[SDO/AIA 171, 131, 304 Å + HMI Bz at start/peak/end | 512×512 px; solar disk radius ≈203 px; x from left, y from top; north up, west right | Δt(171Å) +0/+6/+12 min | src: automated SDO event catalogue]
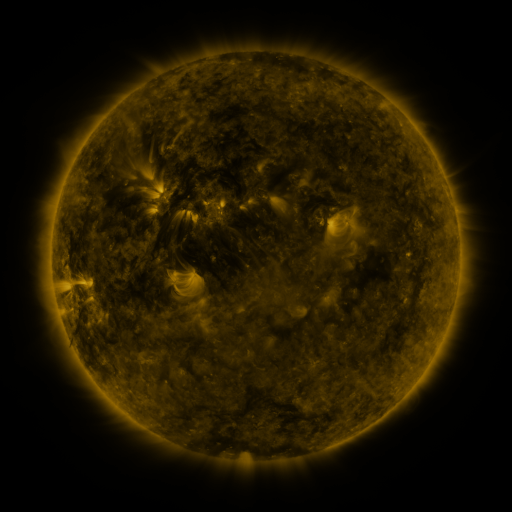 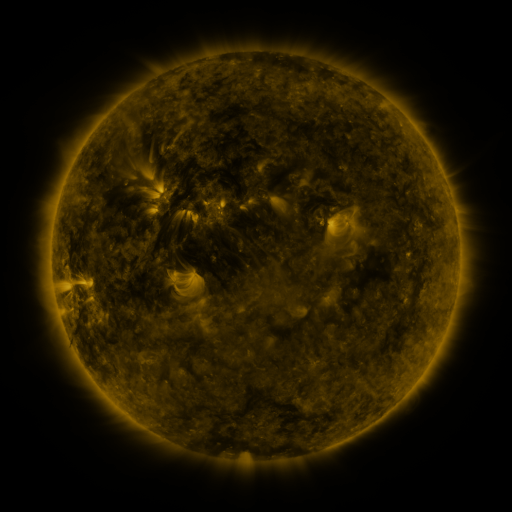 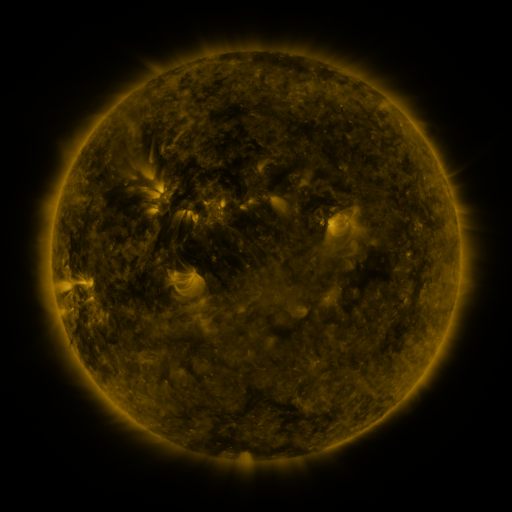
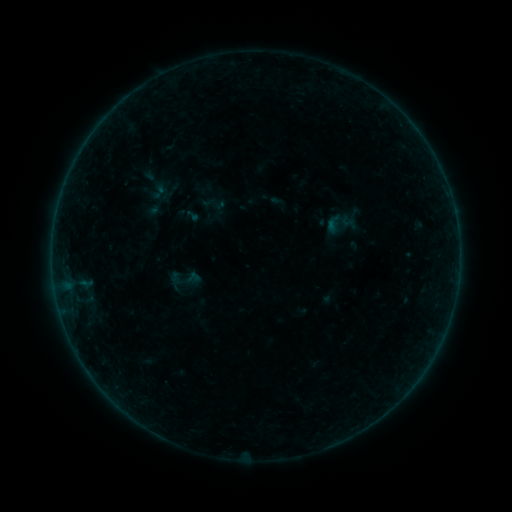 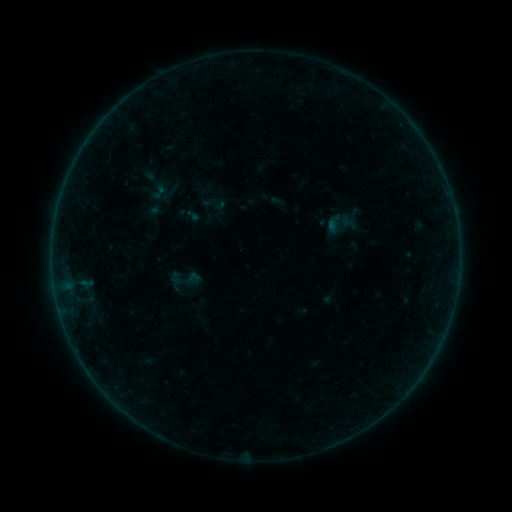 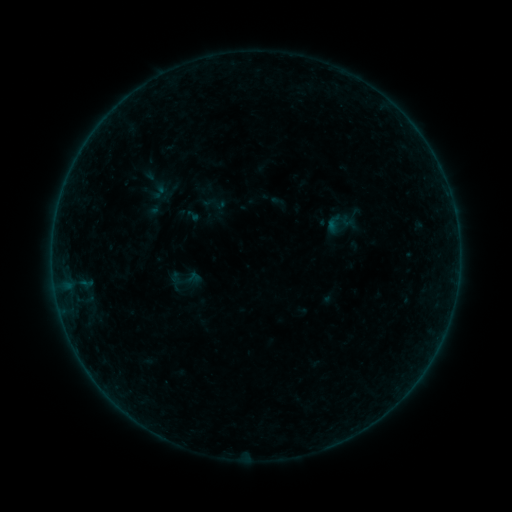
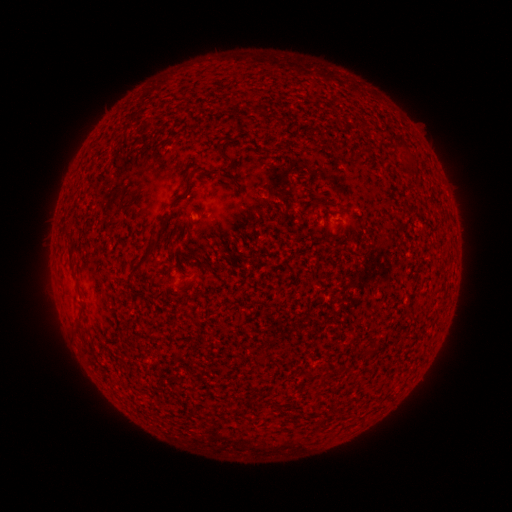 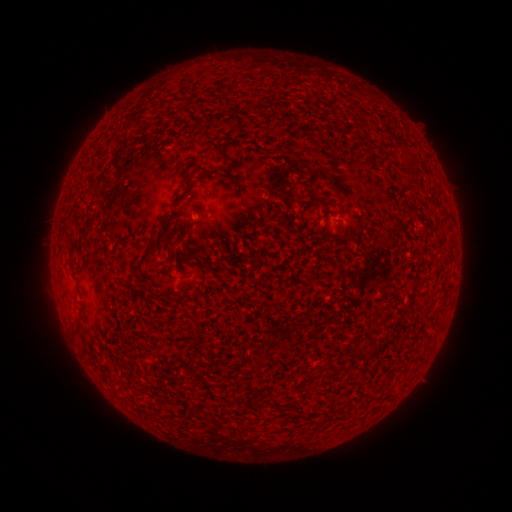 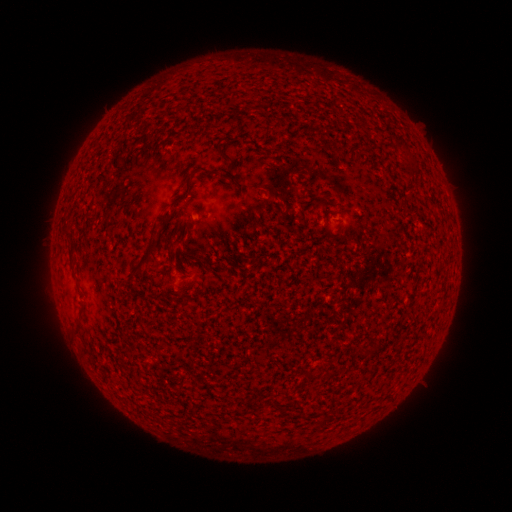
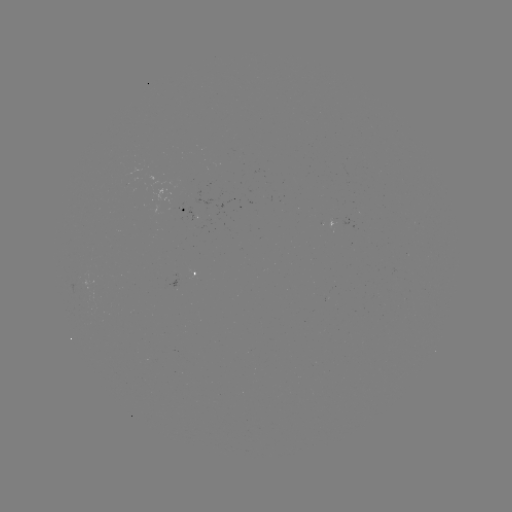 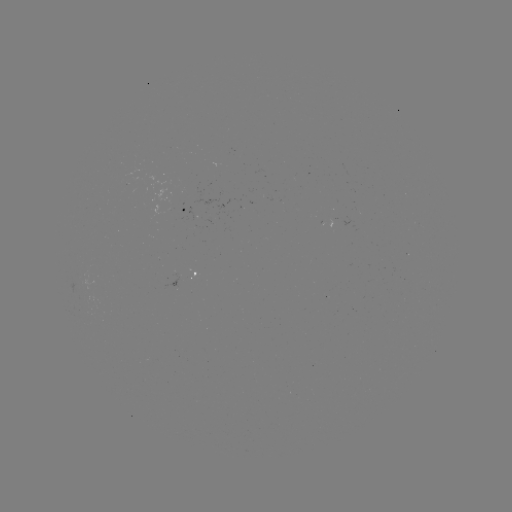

nothing was catalogued: no classed flare, no EUV trigger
